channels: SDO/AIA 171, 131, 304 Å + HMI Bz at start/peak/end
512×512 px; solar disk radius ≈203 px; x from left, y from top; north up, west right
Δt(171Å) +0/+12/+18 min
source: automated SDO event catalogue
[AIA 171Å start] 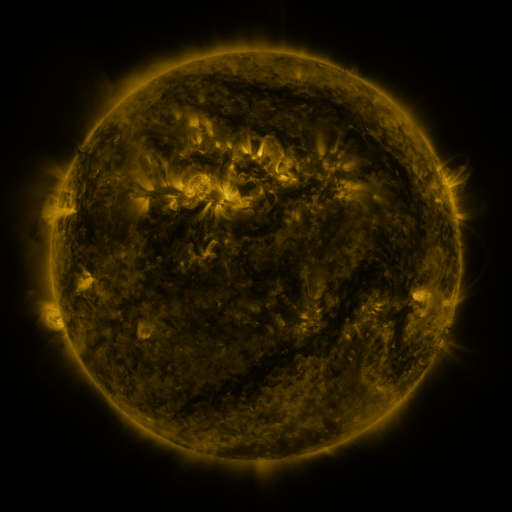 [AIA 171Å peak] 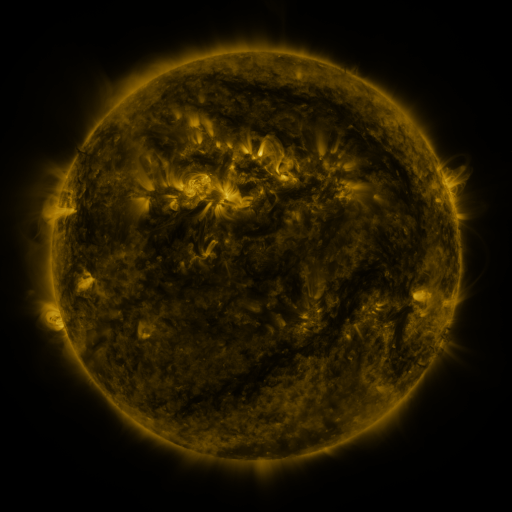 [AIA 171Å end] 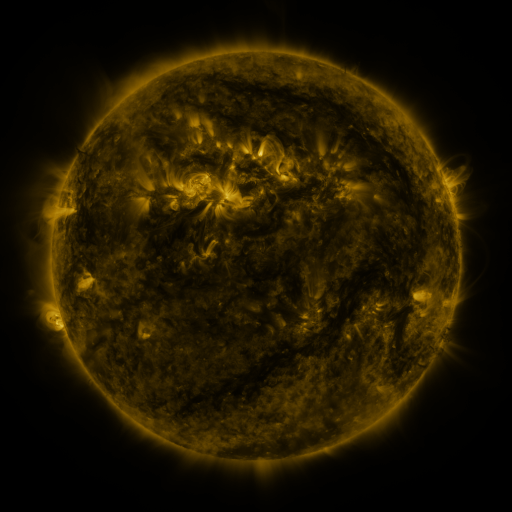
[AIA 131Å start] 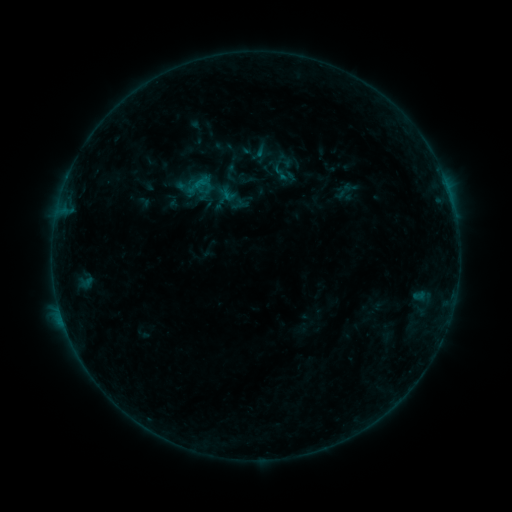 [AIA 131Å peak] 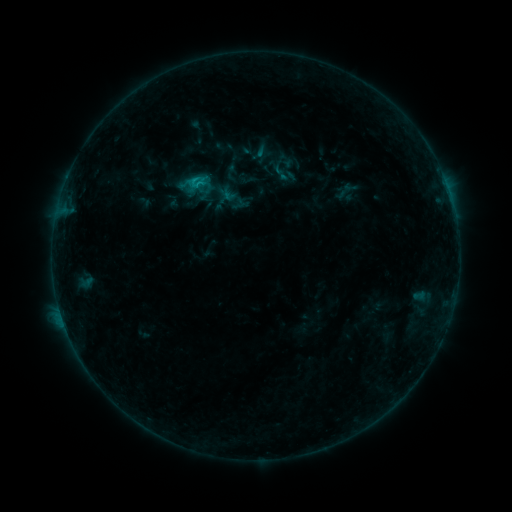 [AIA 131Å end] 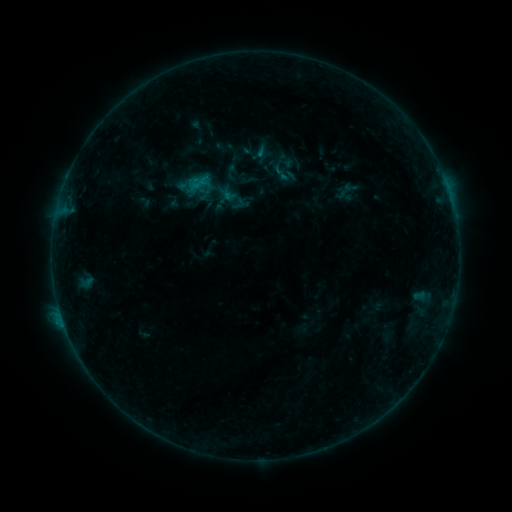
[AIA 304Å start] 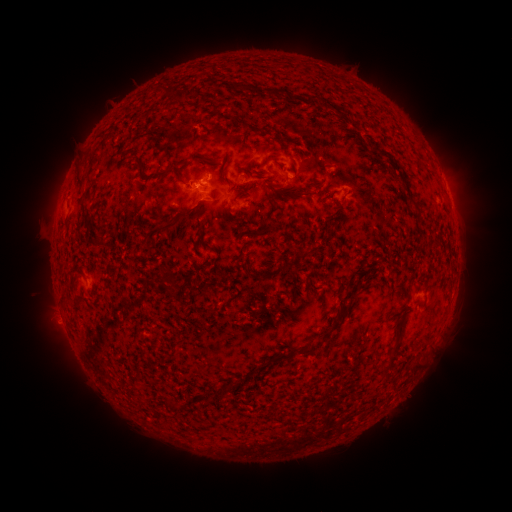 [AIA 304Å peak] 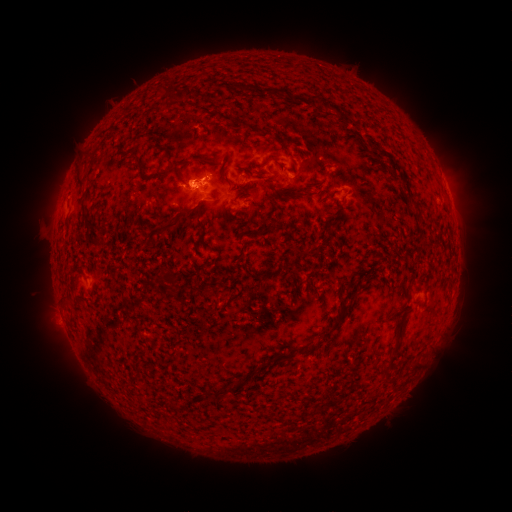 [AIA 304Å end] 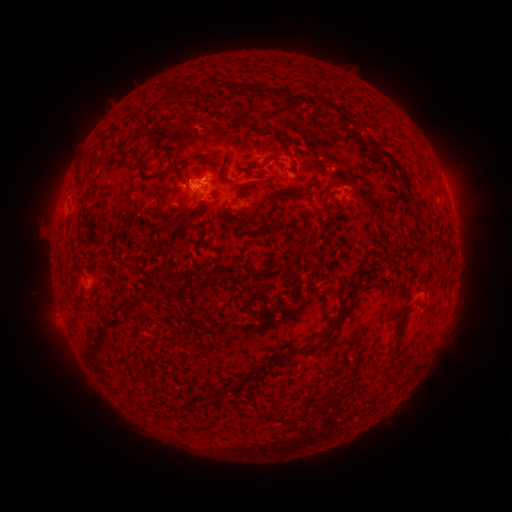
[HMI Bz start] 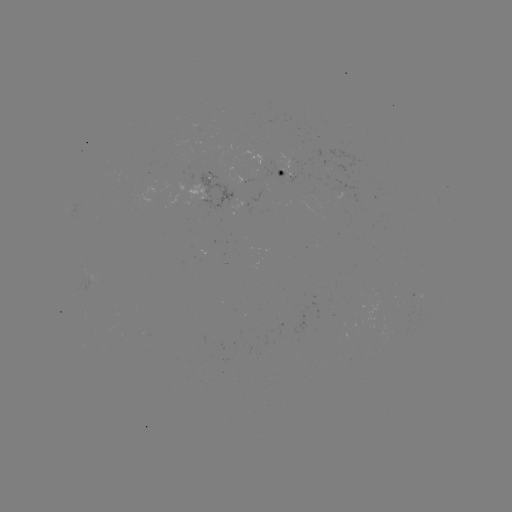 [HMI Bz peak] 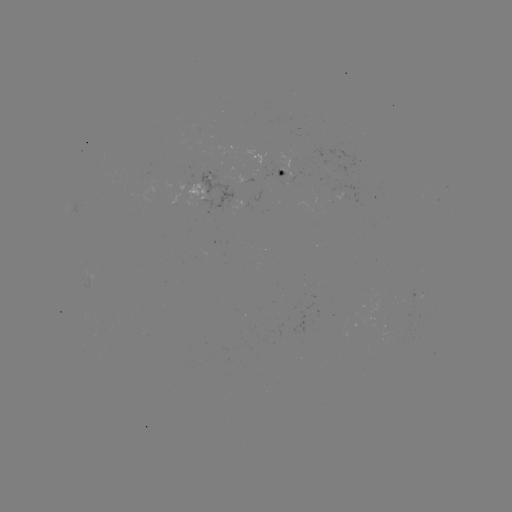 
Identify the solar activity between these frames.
B8.6 flare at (194, 183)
